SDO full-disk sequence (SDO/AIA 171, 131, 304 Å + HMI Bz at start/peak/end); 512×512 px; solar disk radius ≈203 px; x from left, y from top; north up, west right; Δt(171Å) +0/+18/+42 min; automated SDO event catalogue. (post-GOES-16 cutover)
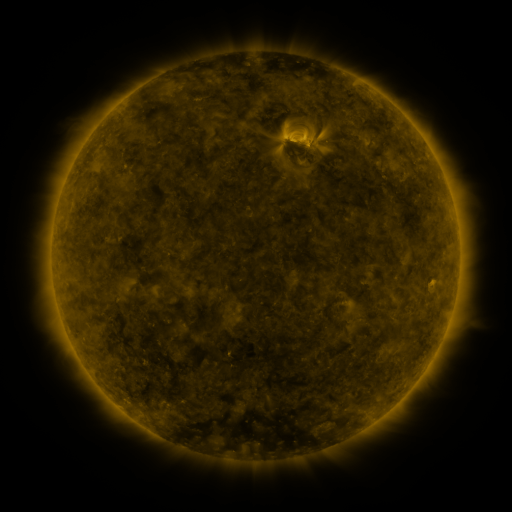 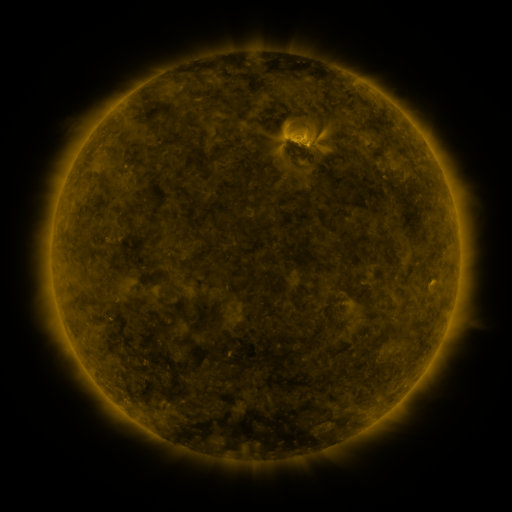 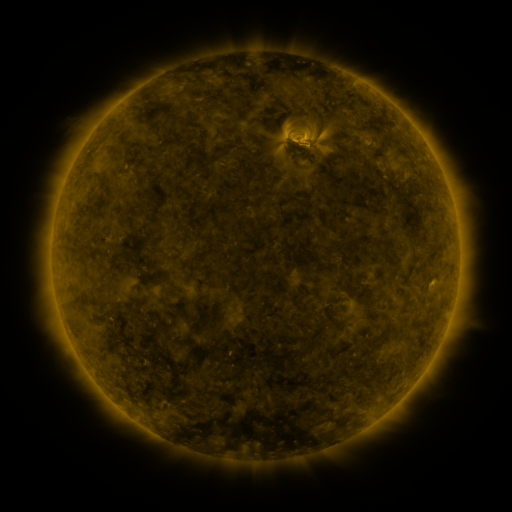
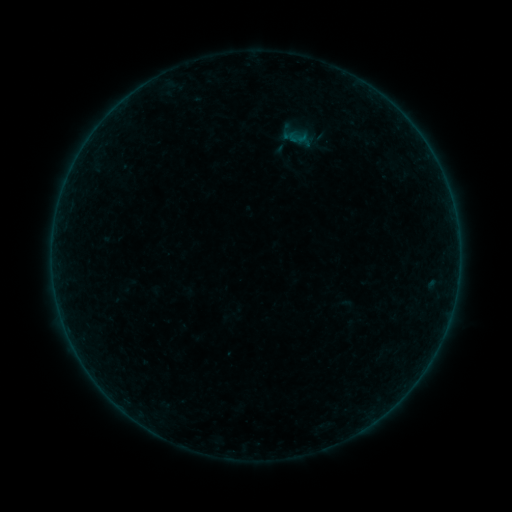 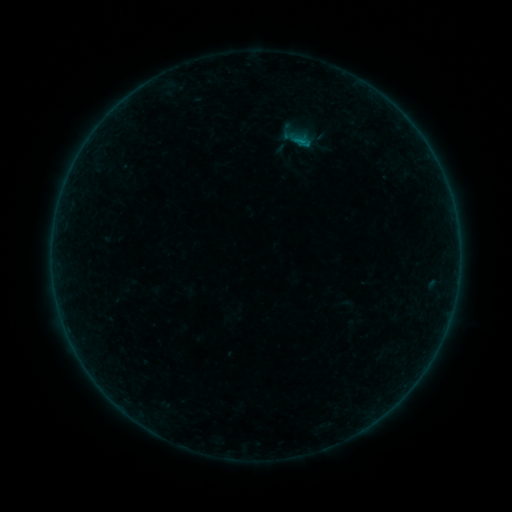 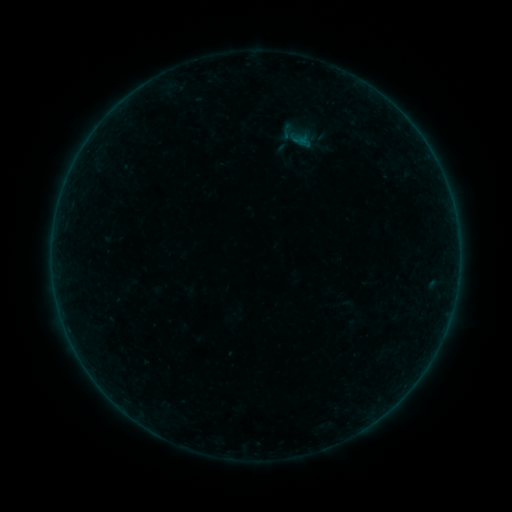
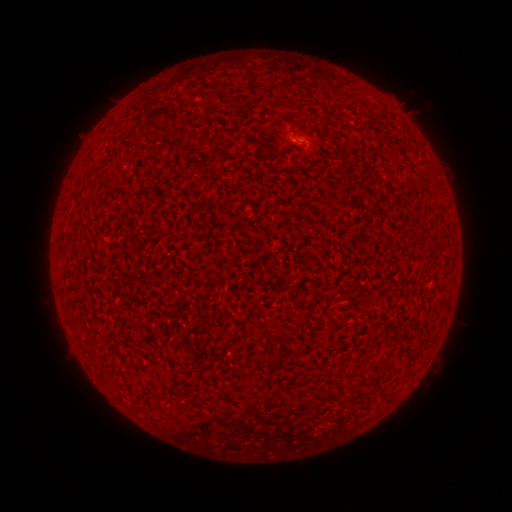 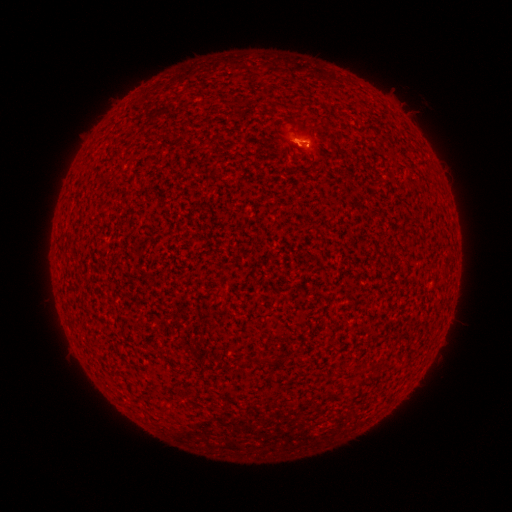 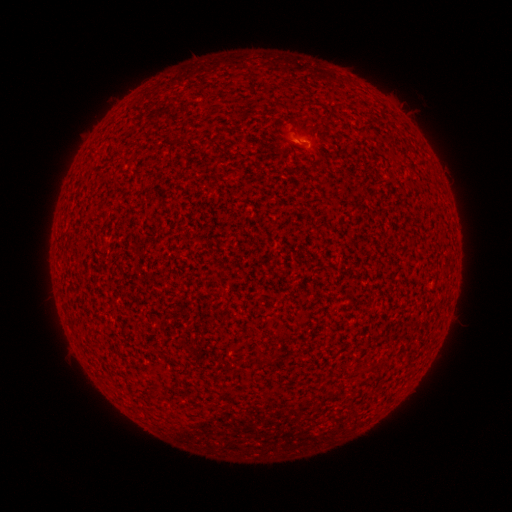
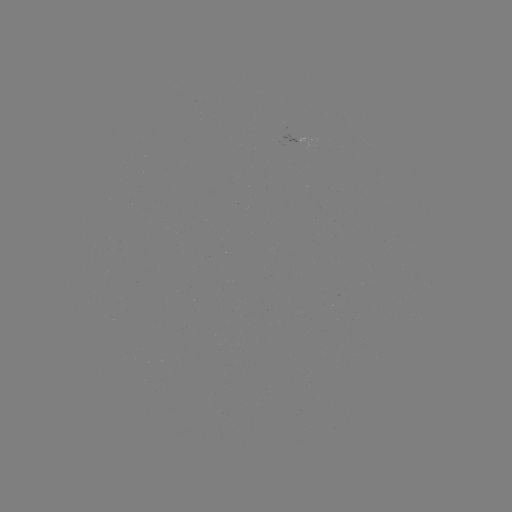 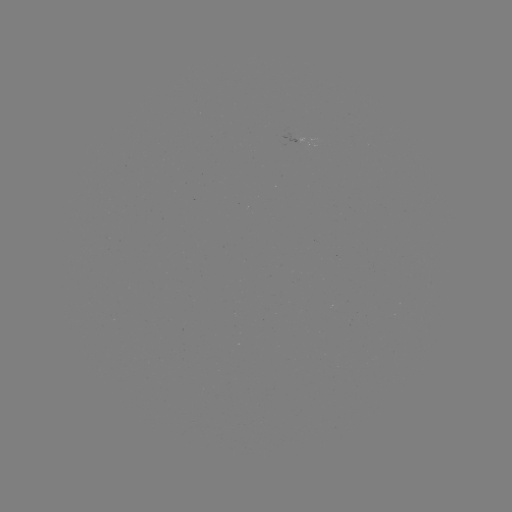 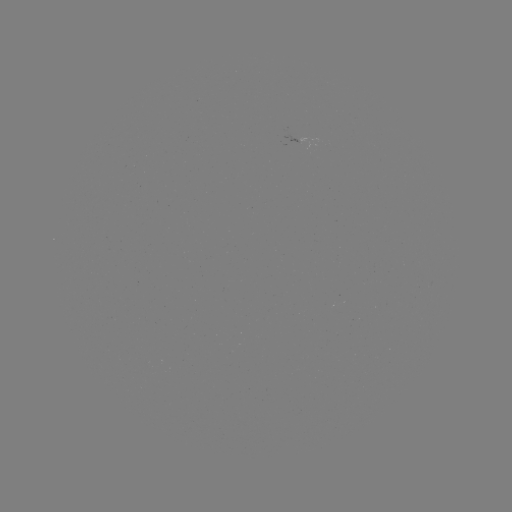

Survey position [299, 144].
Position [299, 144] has B2.5 flare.